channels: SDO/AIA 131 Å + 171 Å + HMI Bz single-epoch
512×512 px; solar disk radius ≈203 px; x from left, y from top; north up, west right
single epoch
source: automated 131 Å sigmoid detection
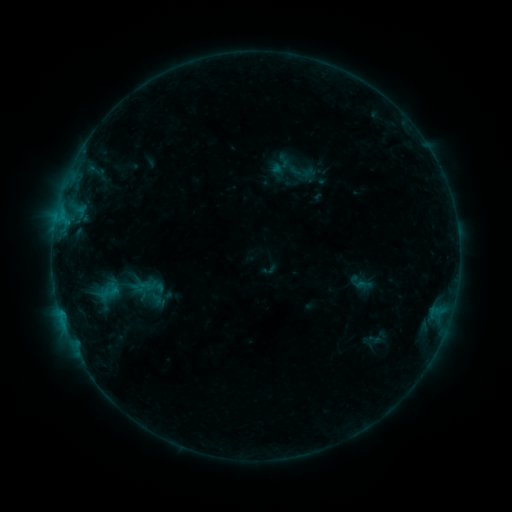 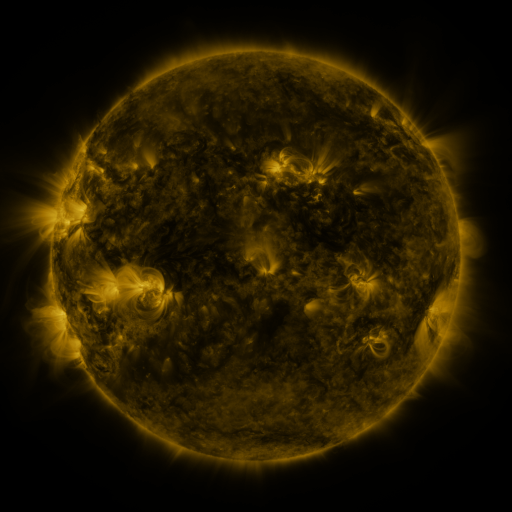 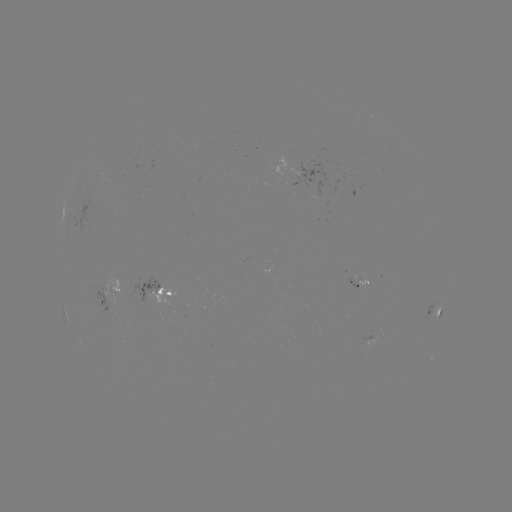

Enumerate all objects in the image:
sigmoid: <bbox>95, 282, 124, 304</bbox>
